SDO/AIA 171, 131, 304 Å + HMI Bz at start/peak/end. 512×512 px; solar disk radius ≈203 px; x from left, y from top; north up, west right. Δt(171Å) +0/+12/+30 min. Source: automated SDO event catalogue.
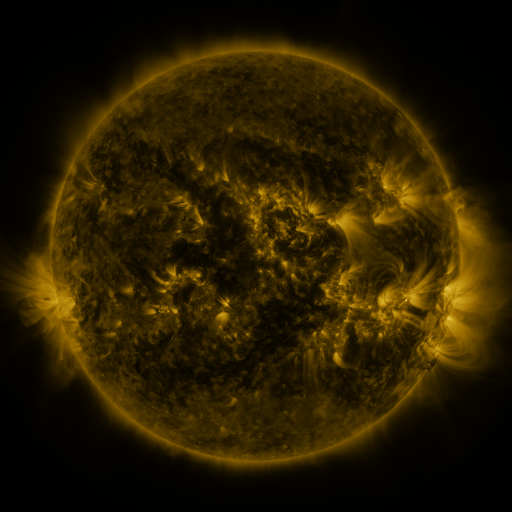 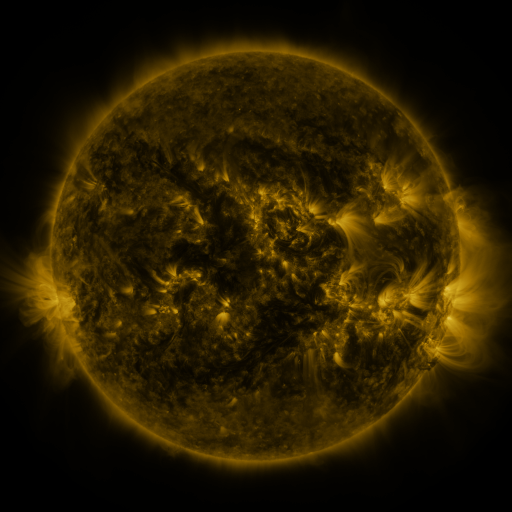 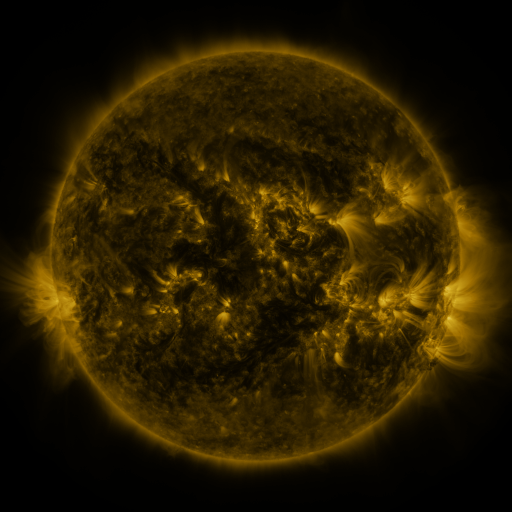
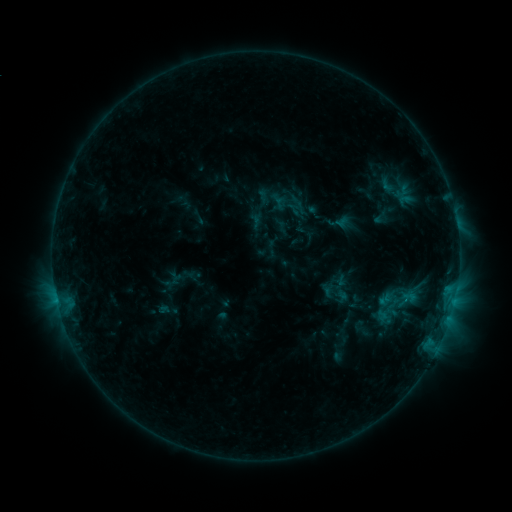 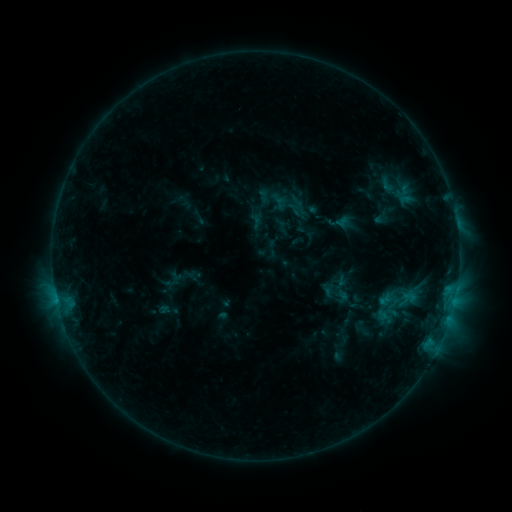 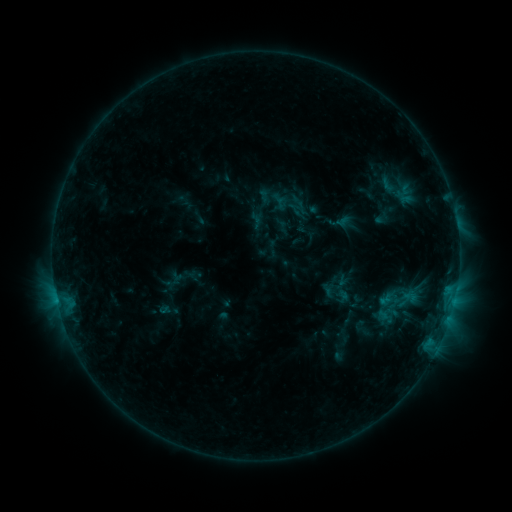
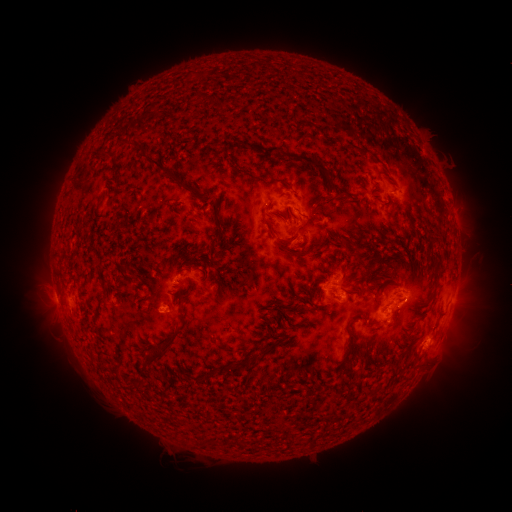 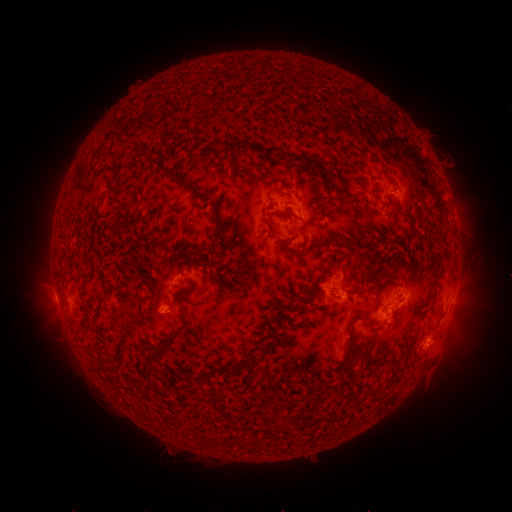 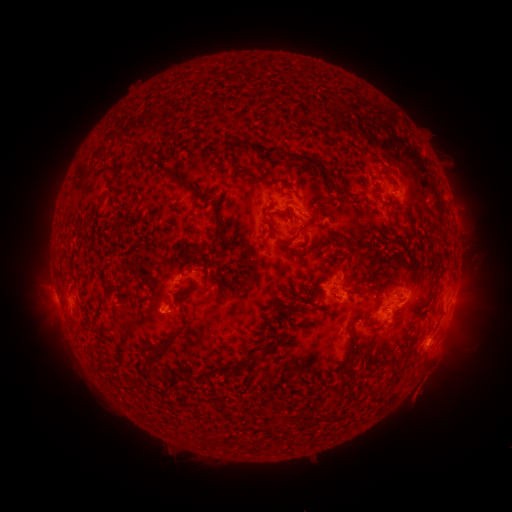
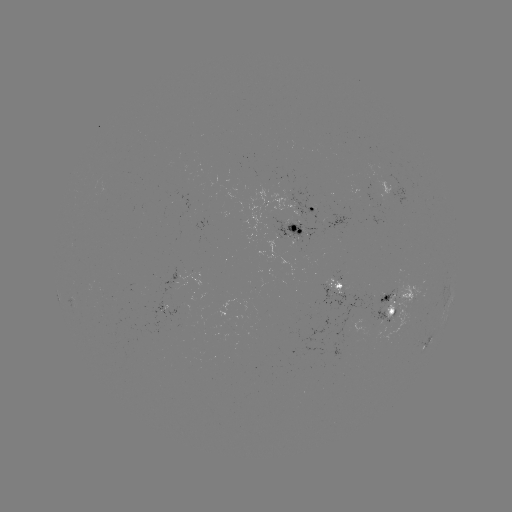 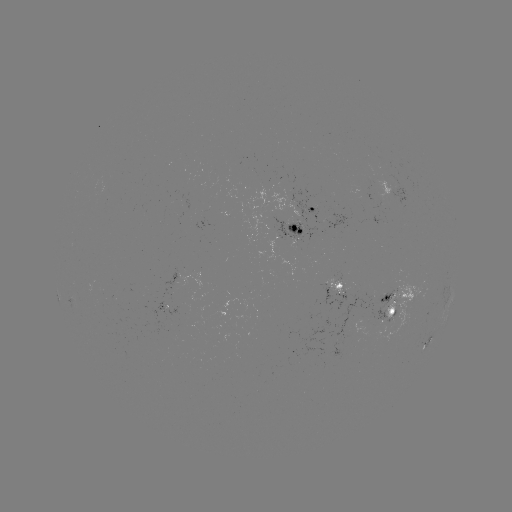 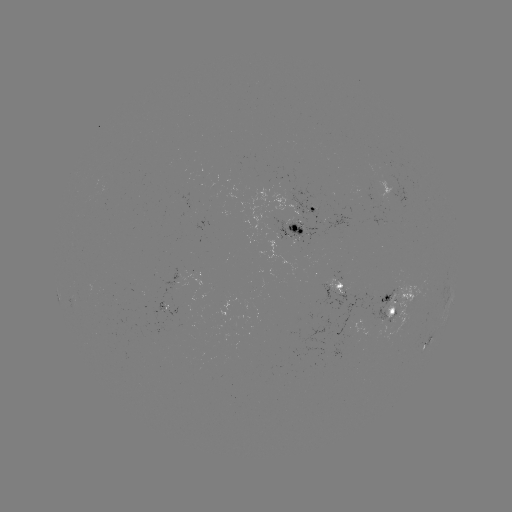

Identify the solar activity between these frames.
nothing was catalogued: no classed flare, no EUV trigger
